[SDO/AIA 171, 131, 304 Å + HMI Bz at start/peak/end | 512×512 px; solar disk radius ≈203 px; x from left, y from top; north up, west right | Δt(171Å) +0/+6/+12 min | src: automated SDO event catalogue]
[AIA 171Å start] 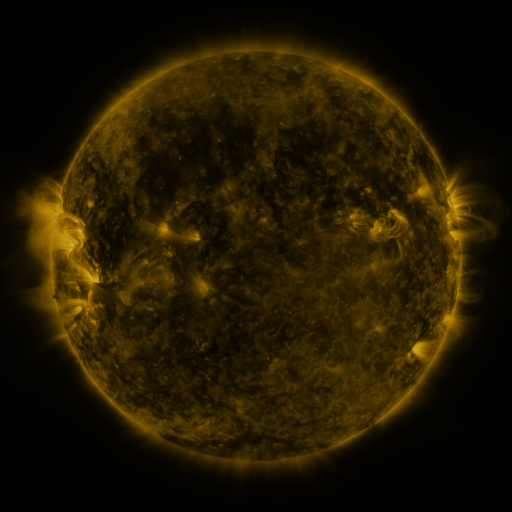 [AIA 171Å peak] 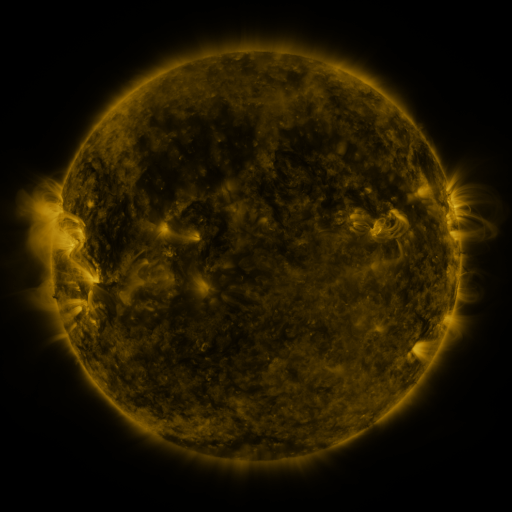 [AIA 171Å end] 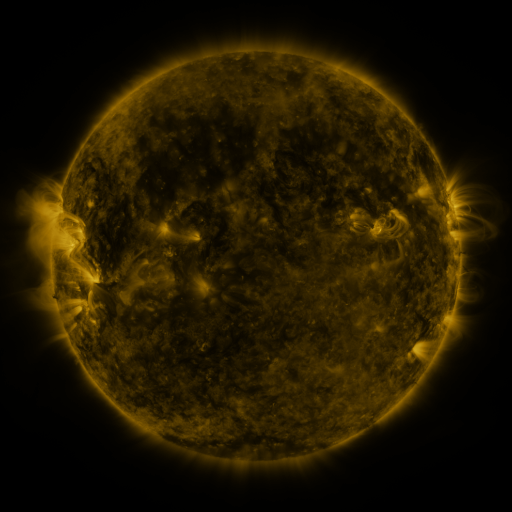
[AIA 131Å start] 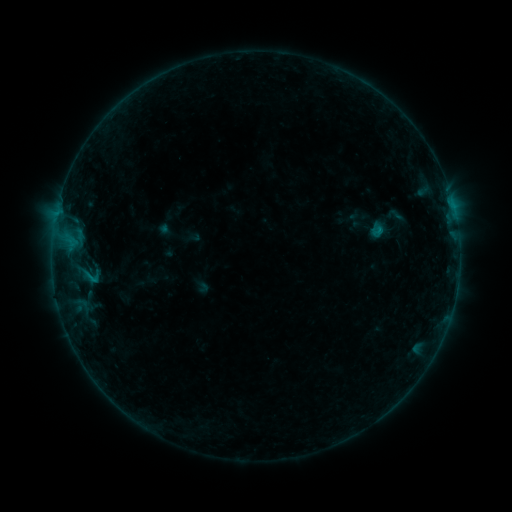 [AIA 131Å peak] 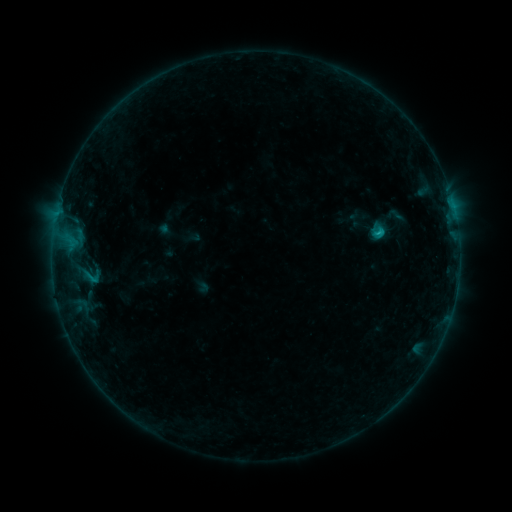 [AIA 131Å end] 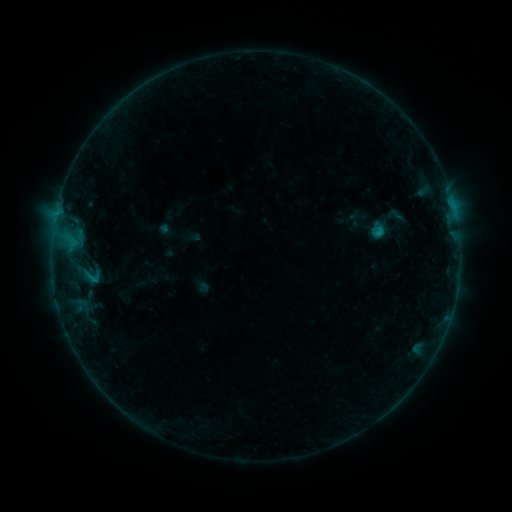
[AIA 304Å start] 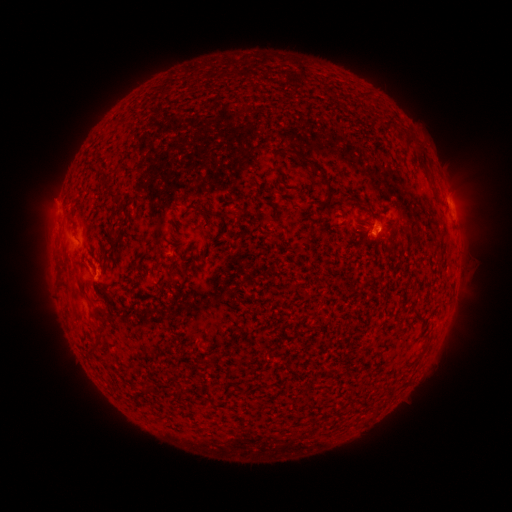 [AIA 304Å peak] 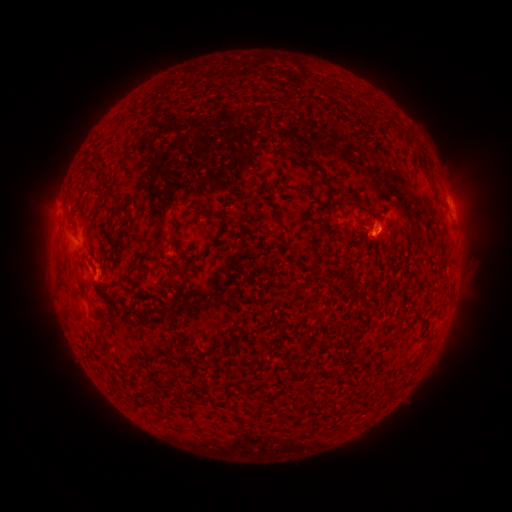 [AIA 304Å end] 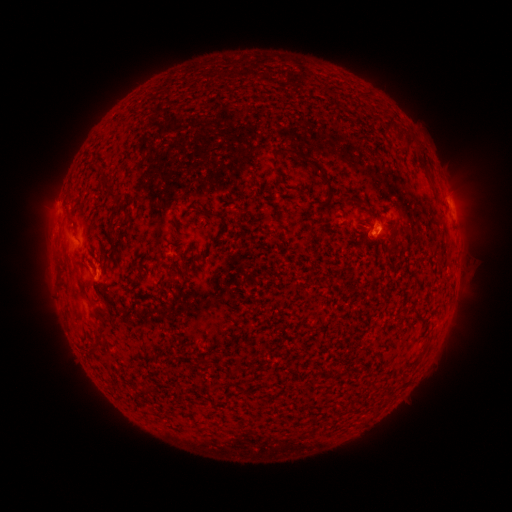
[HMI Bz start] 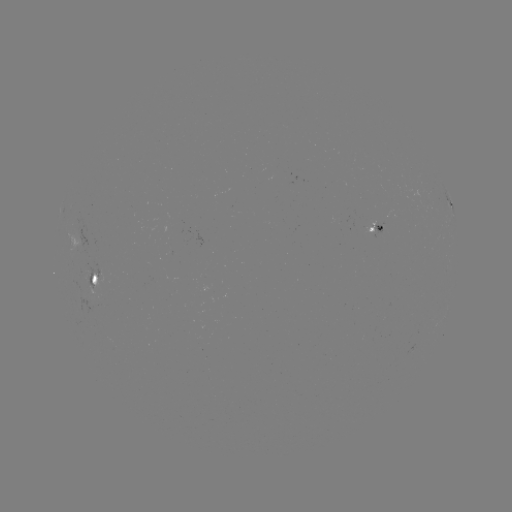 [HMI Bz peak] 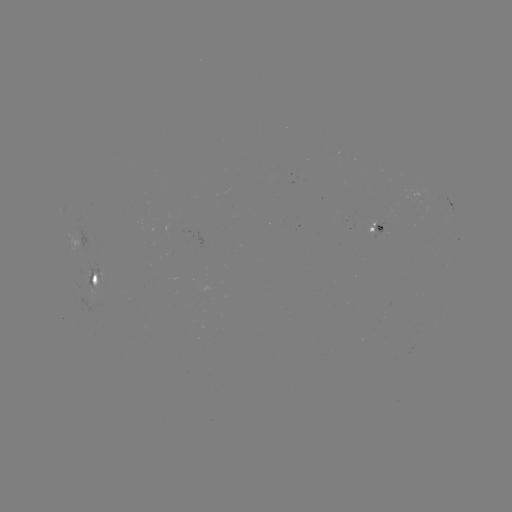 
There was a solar flare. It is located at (377, 233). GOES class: B5.8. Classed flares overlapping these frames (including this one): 1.